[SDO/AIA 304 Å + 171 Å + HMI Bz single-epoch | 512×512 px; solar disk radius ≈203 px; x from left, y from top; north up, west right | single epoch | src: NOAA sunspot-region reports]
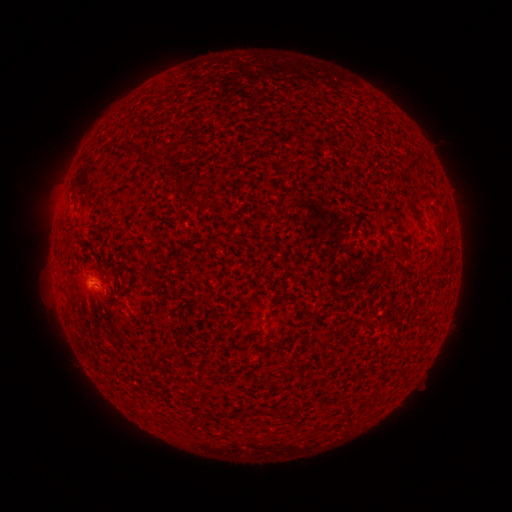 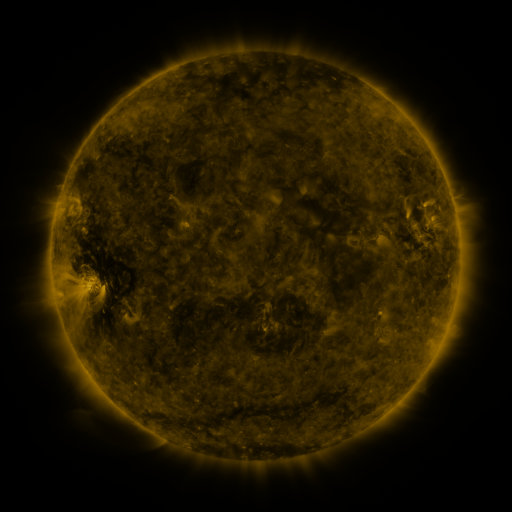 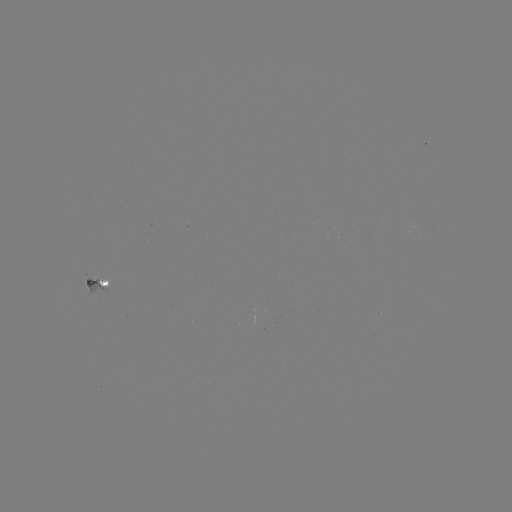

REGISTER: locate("spotted active region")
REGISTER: [96, 285]